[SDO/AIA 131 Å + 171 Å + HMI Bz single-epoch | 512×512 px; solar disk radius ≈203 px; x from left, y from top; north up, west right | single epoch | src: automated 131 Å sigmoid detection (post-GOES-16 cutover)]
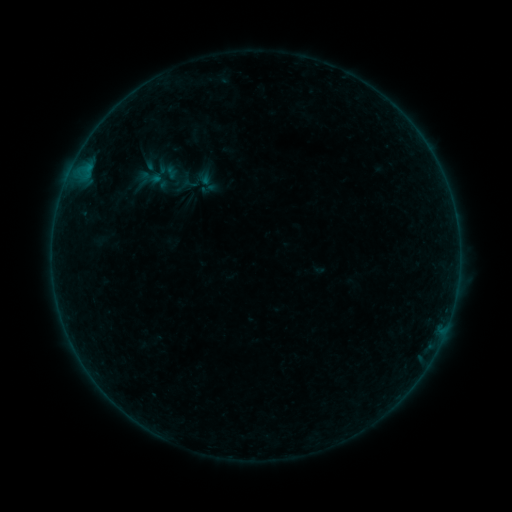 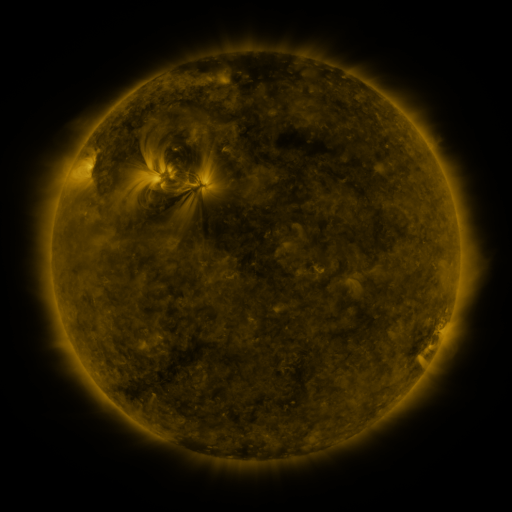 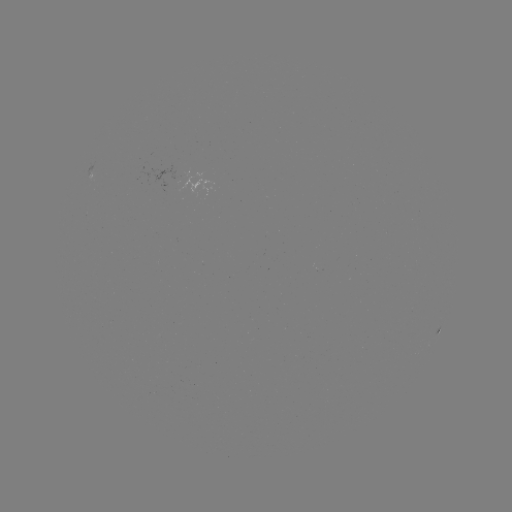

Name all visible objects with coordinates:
sigmoid: (154, 154, 182, 185)
sigmoid: (181, 174, 199, 193)
